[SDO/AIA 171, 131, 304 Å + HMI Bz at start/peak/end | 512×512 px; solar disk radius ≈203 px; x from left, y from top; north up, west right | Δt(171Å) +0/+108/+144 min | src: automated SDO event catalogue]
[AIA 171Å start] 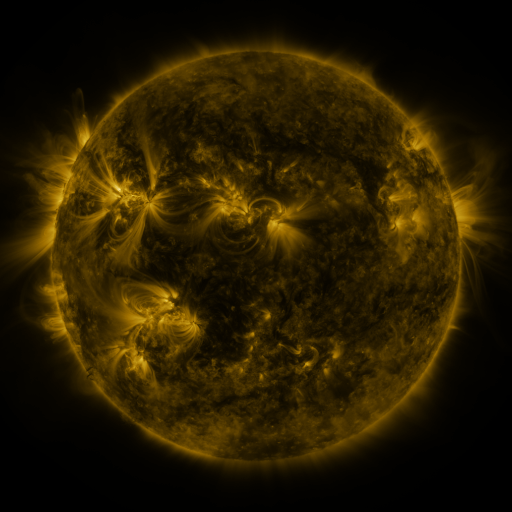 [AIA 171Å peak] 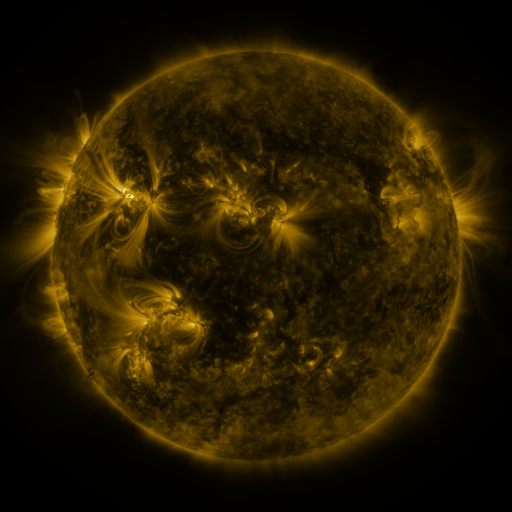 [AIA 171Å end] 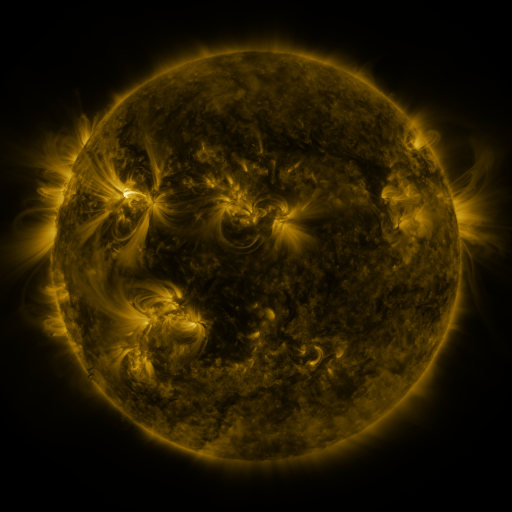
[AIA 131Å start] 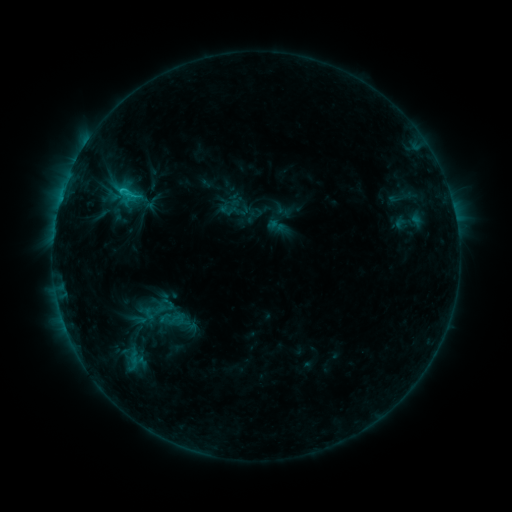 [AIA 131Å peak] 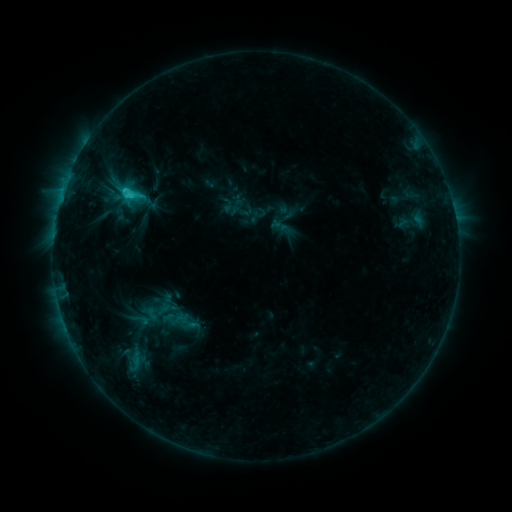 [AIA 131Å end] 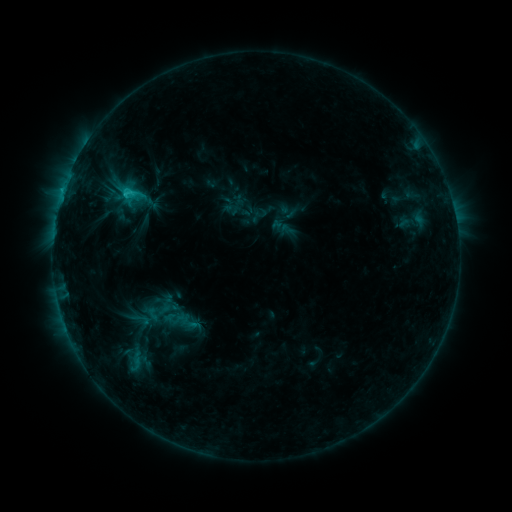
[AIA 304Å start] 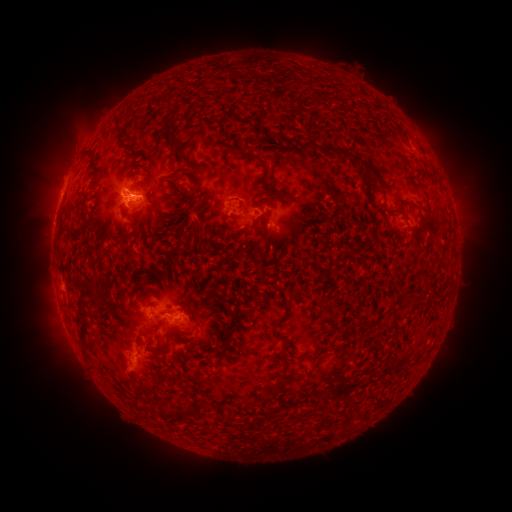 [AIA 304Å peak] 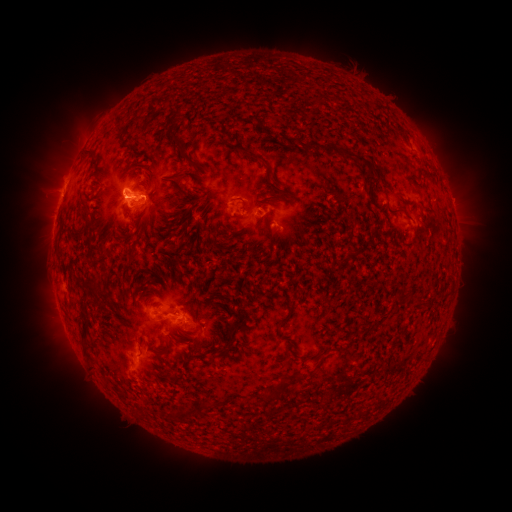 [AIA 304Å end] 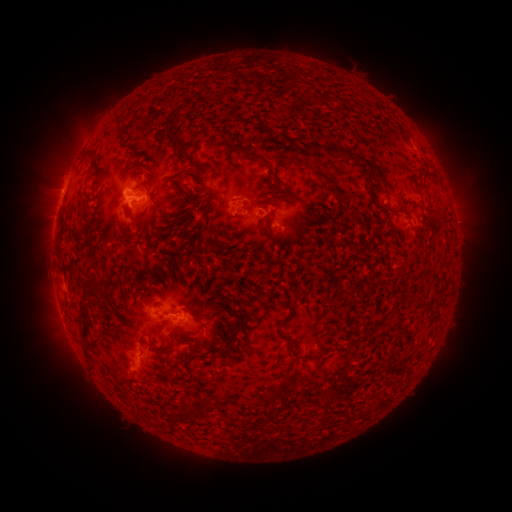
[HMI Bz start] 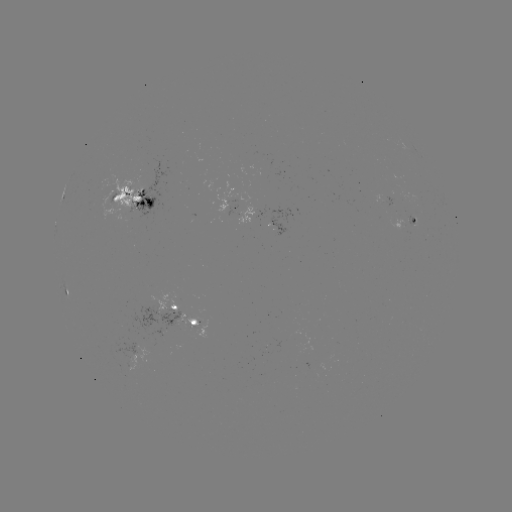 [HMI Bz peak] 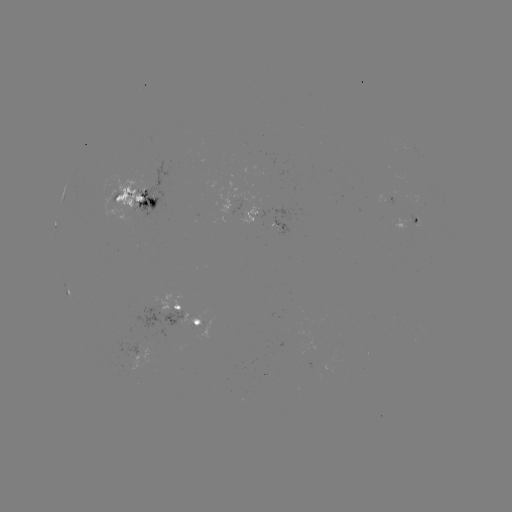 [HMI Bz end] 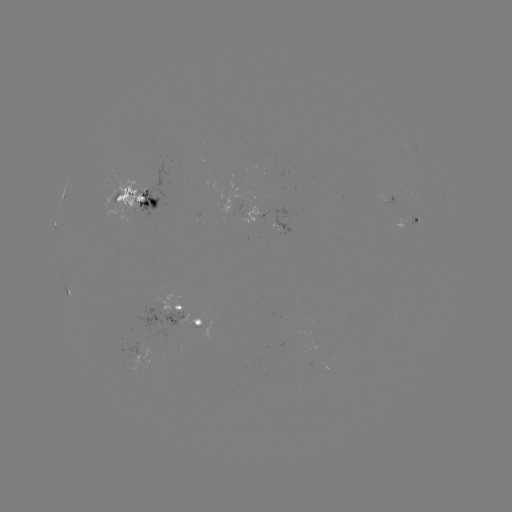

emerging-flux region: <bbox>239, 206, 260, 224</bbox>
